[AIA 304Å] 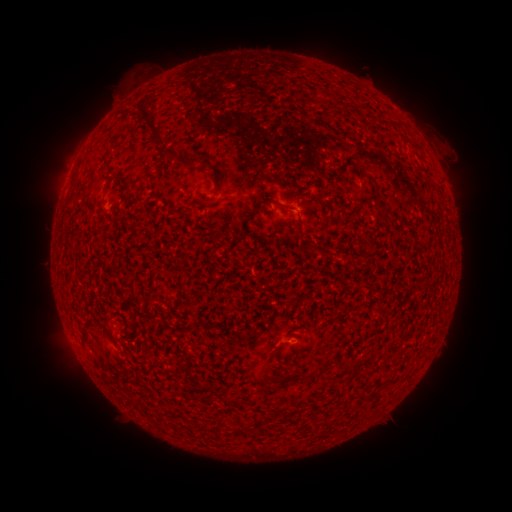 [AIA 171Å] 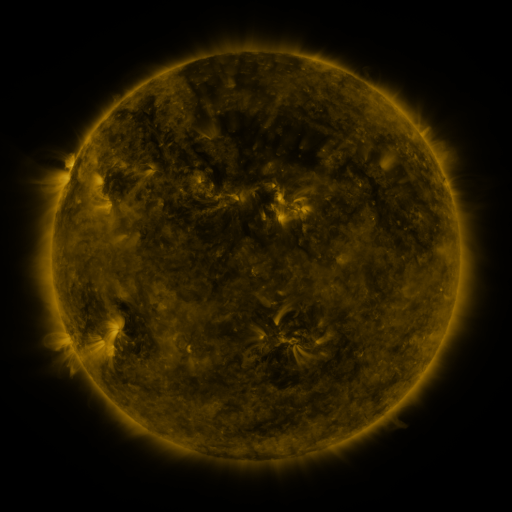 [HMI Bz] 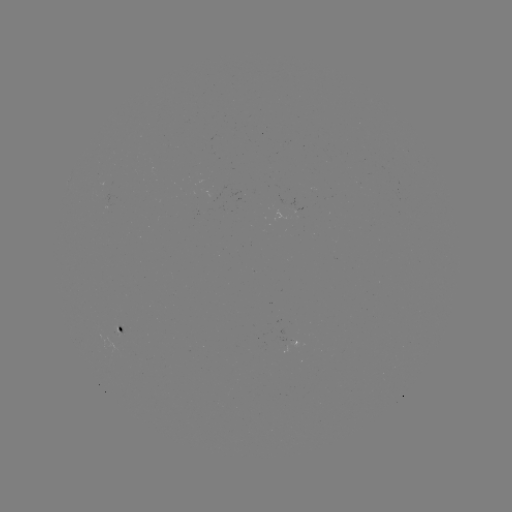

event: spotted active region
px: (117, 328)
